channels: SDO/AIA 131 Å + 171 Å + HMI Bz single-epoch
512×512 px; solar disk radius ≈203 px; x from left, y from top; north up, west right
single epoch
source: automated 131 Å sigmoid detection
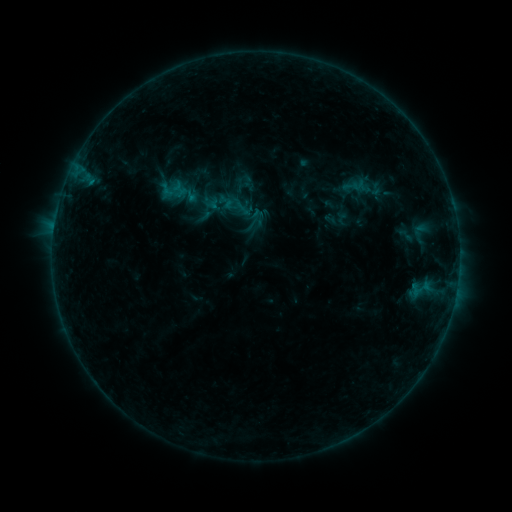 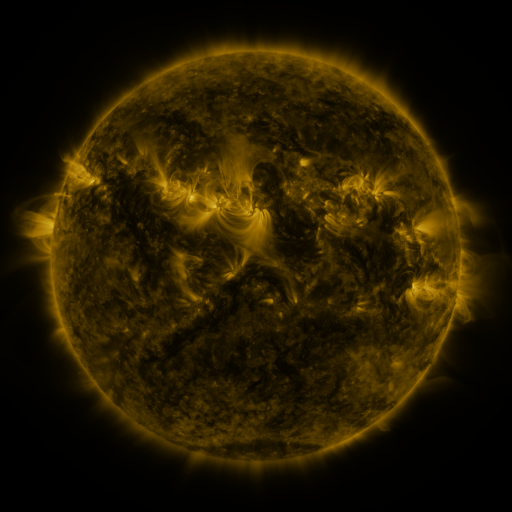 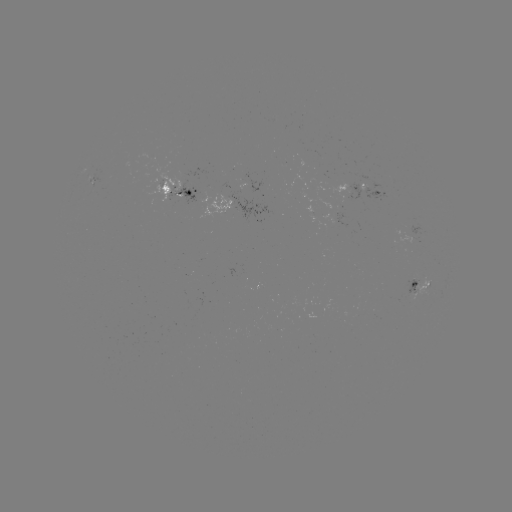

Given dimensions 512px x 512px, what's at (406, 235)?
sigmoid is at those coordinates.